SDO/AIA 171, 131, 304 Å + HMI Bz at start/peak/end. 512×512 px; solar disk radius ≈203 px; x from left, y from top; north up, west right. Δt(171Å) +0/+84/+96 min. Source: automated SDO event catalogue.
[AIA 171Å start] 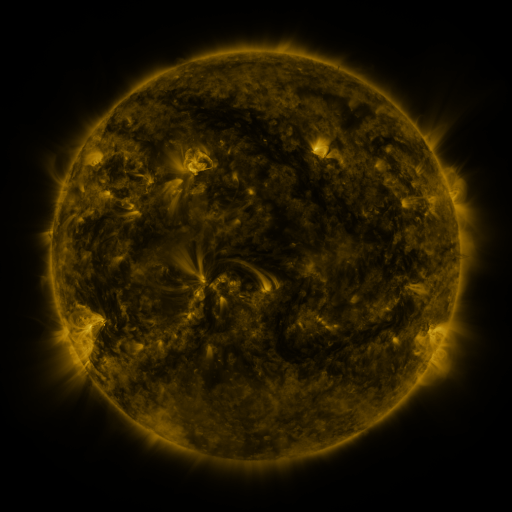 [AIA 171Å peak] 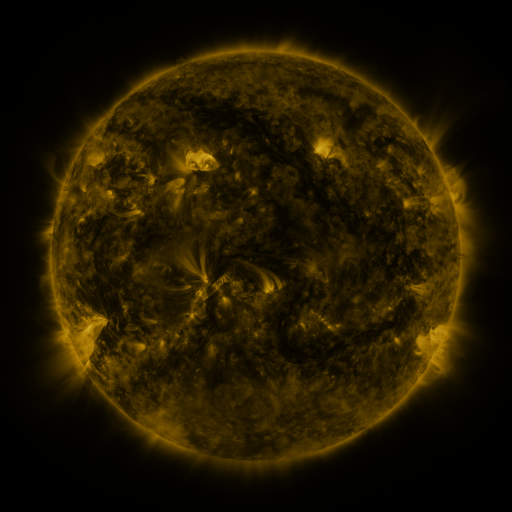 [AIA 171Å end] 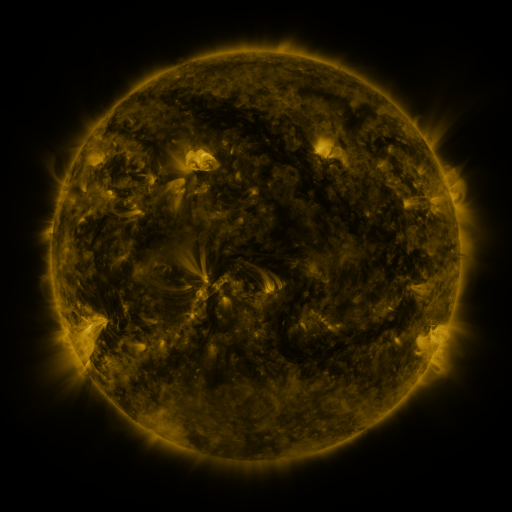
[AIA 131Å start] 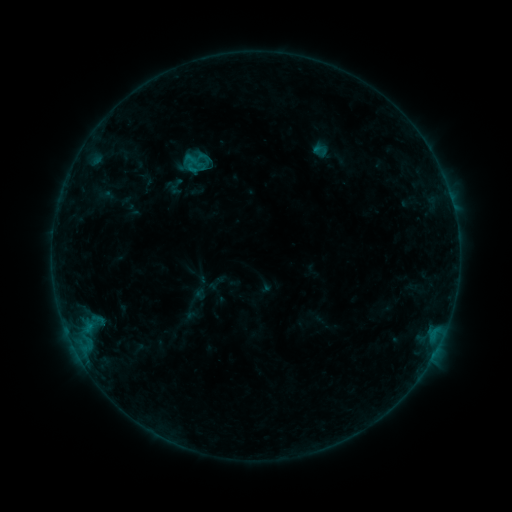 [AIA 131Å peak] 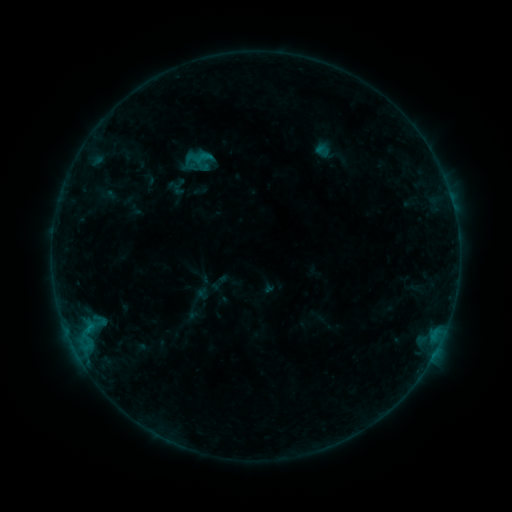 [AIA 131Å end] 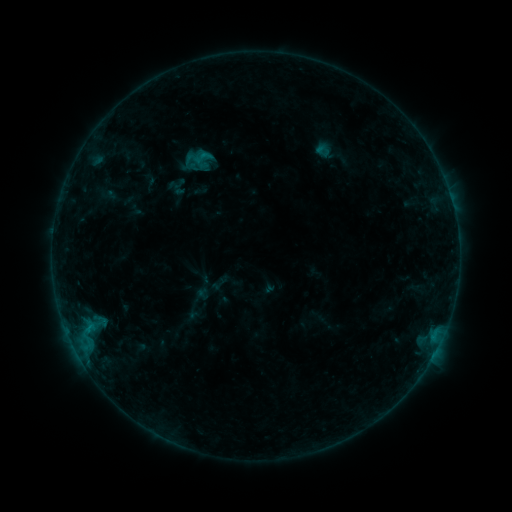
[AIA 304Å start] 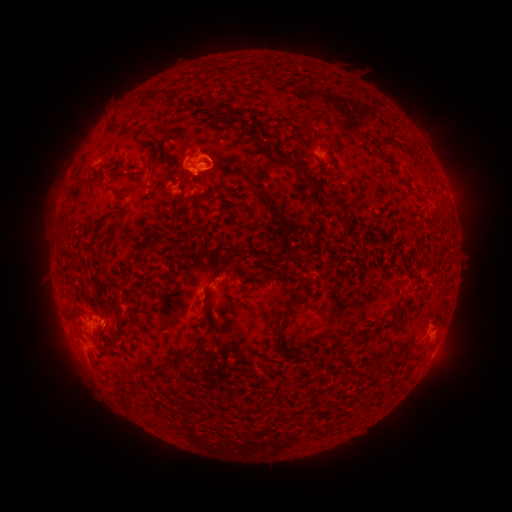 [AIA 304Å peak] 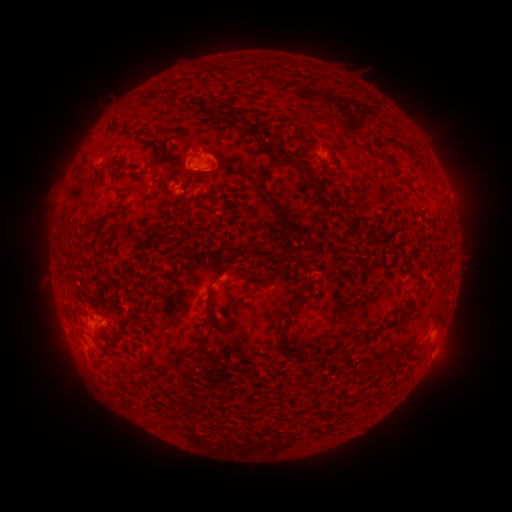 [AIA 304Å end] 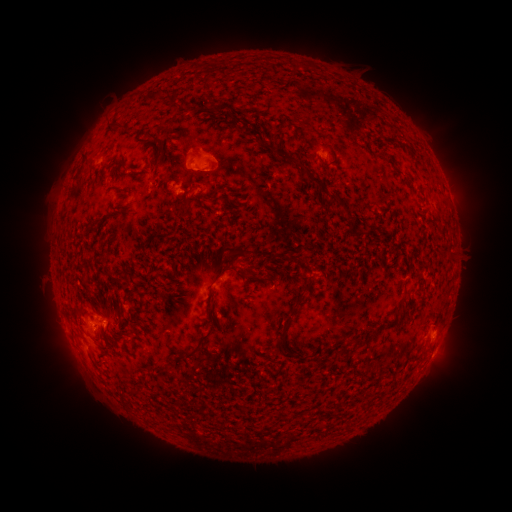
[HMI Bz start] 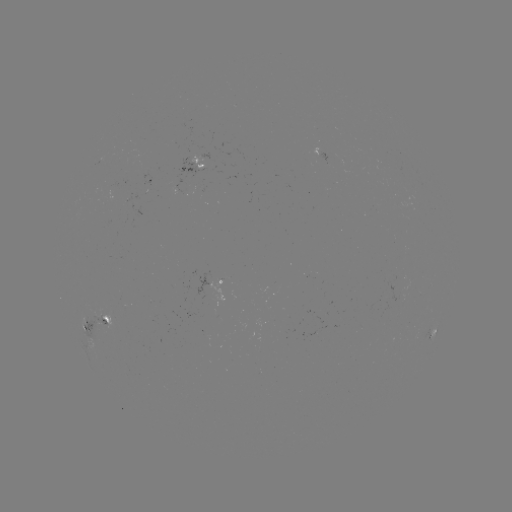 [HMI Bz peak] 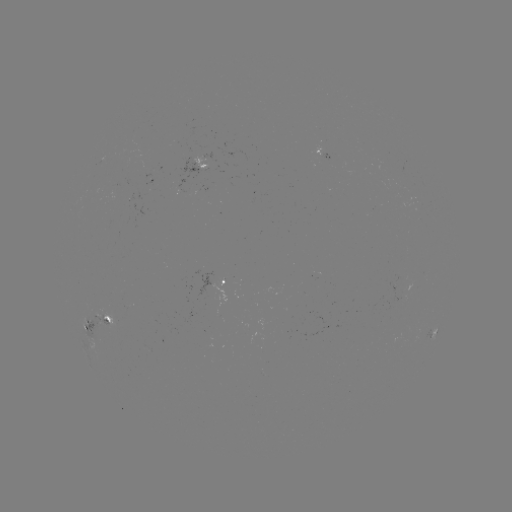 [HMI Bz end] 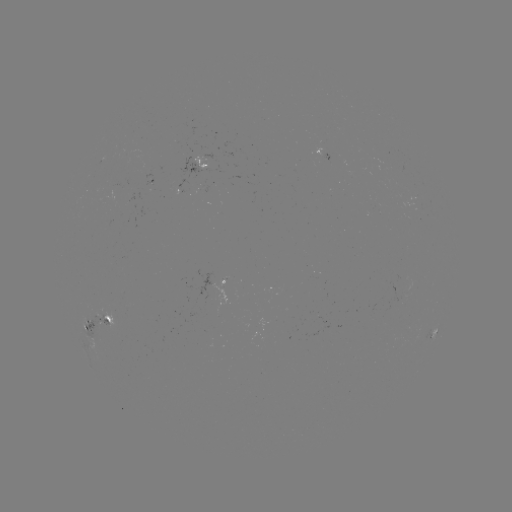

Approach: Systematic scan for emerging-flux region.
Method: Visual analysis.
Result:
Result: emerging-flux region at [100, 322].